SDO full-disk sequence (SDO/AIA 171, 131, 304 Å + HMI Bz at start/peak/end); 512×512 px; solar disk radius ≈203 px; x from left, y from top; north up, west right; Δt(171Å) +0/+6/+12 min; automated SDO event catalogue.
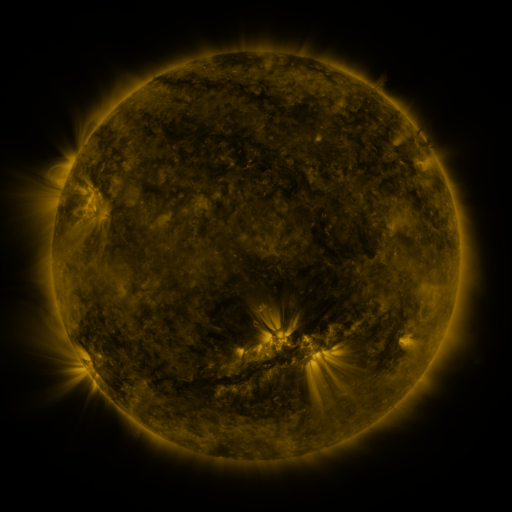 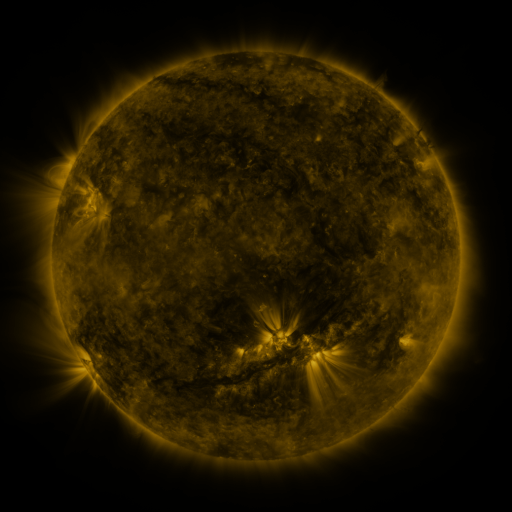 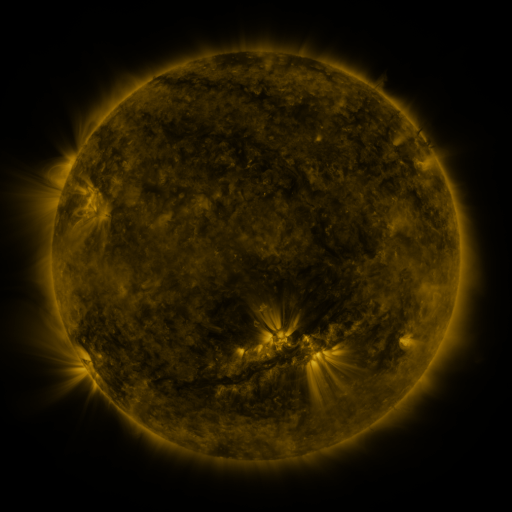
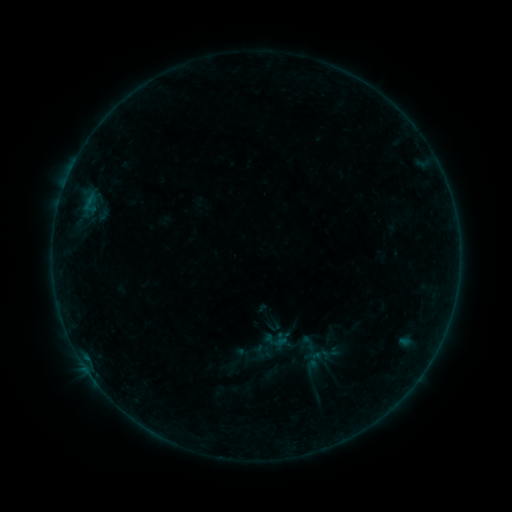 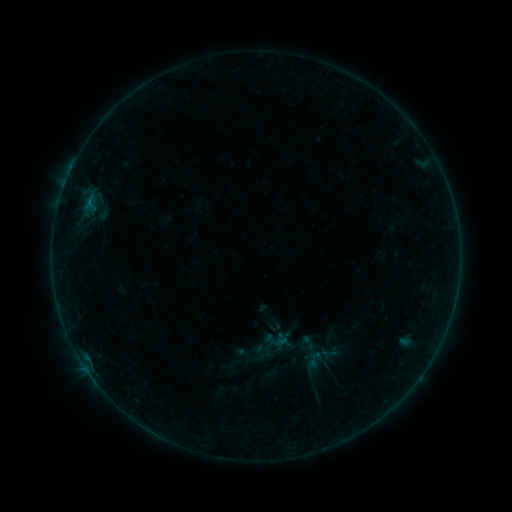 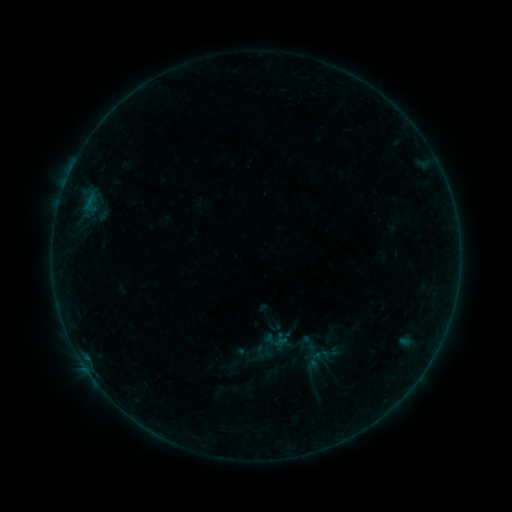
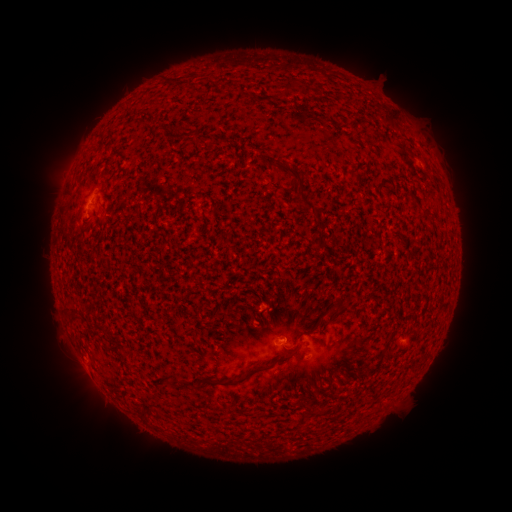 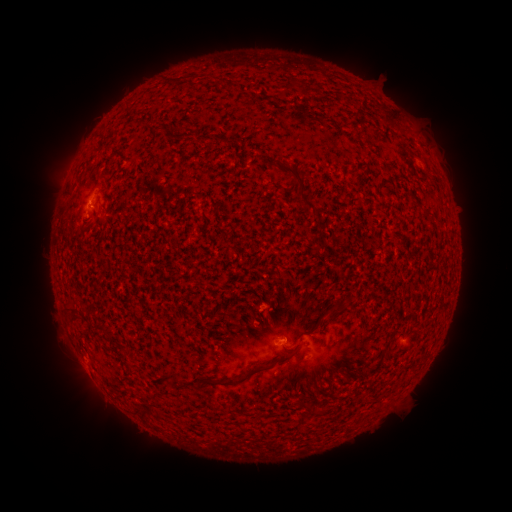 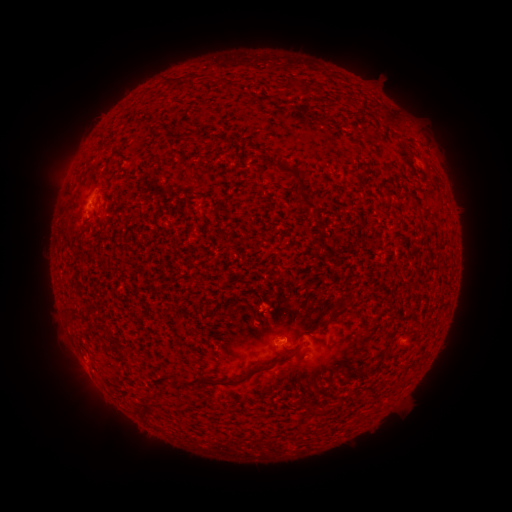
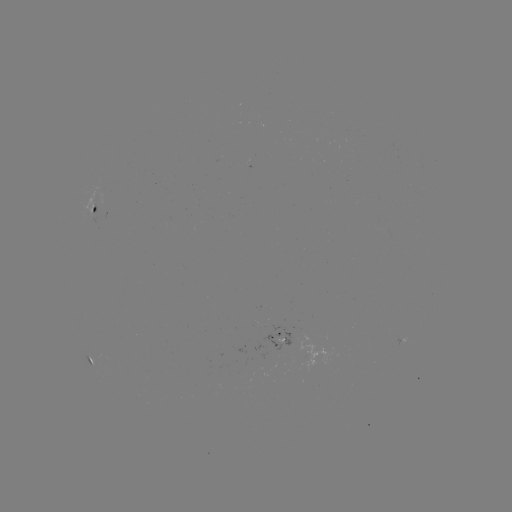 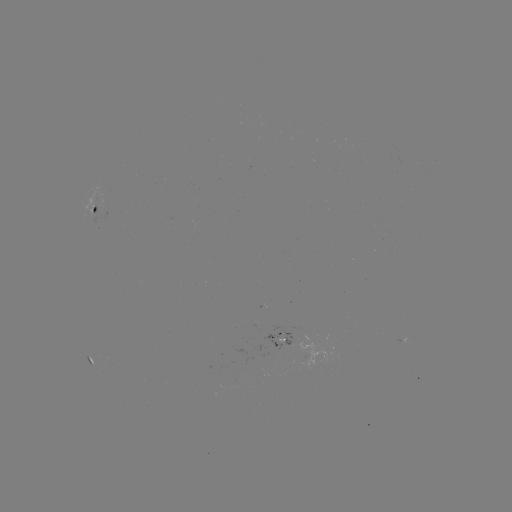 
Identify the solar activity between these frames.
B1.0 flare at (90, 207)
